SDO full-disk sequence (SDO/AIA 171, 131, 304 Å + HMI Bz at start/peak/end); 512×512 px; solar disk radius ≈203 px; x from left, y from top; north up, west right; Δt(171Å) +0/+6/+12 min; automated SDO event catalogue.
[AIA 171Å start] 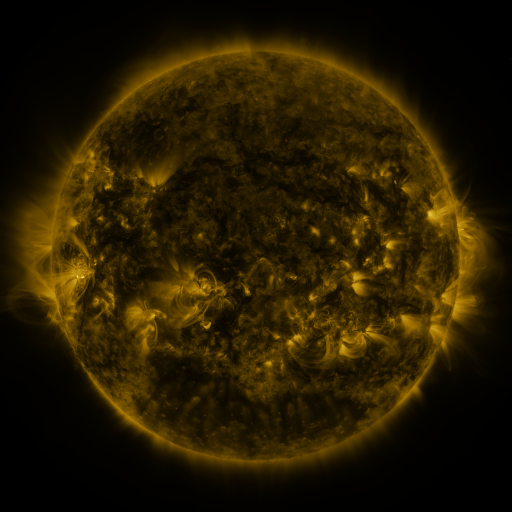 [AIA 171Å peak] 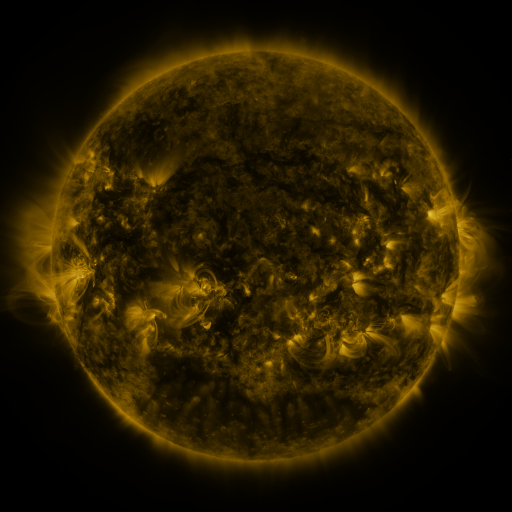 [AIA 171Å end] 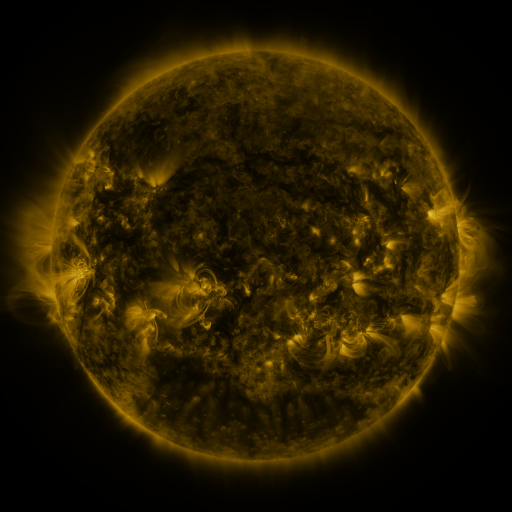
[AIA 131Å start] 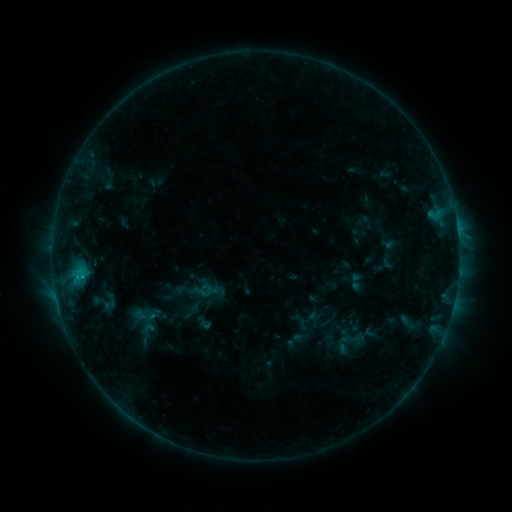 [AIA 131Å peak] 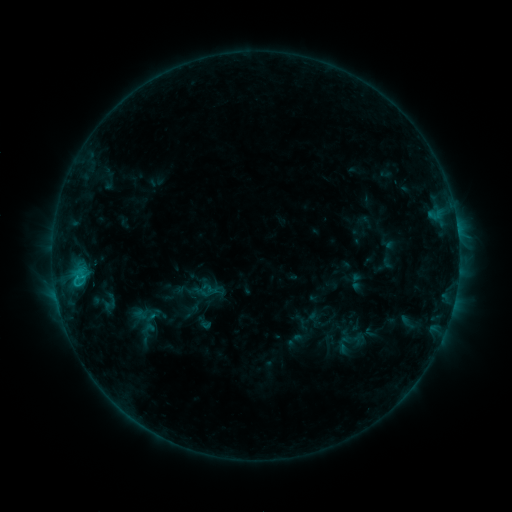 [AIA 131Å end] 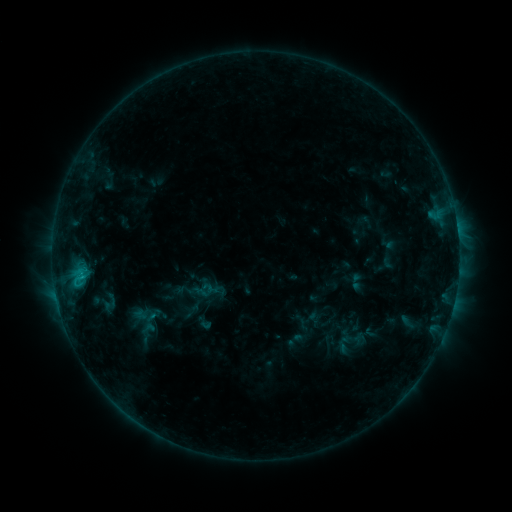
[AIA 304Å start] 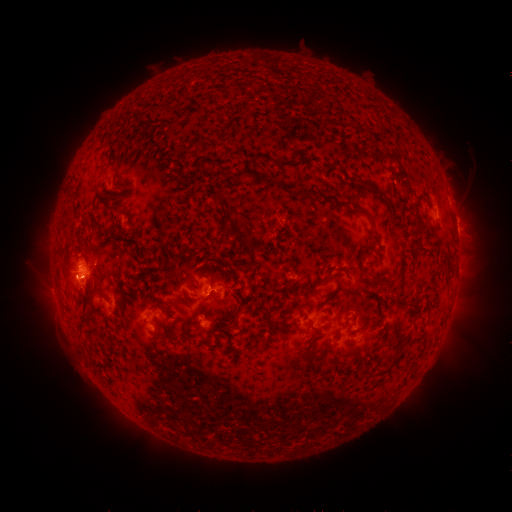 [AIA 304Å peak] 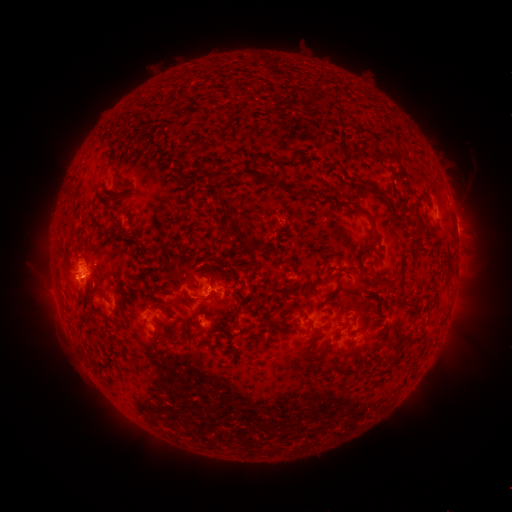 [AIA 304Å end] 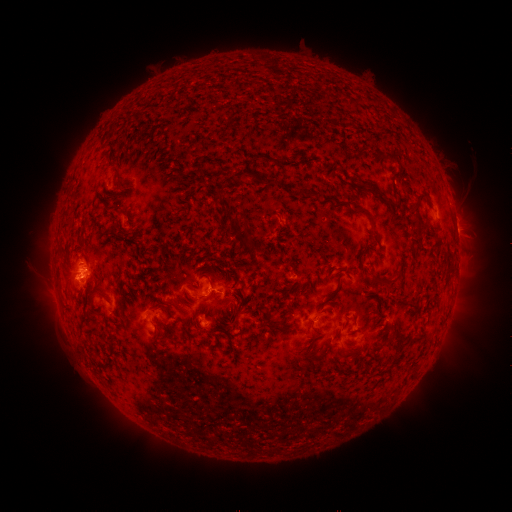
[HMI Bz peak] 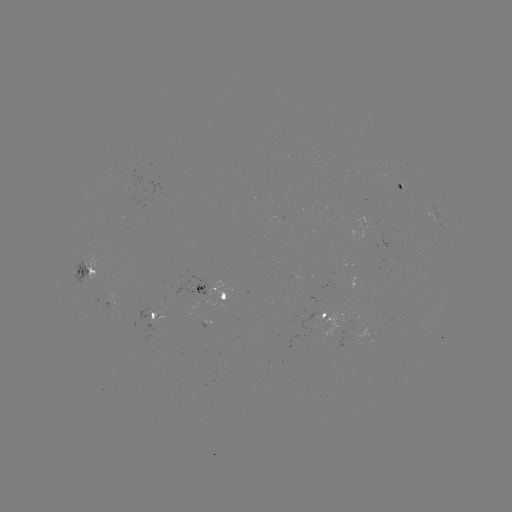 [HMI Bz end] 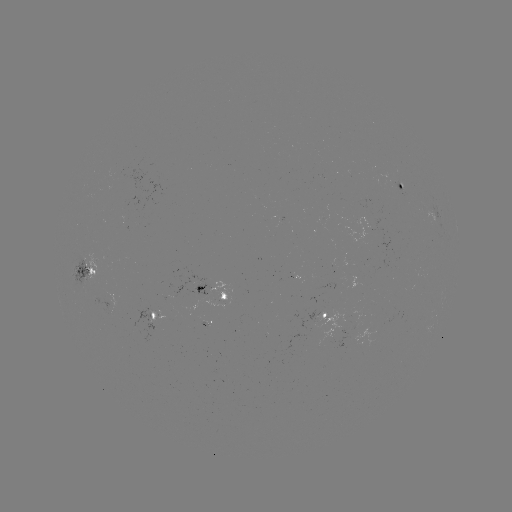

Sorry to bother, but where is C1.0 flare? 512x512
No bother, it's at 77,275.